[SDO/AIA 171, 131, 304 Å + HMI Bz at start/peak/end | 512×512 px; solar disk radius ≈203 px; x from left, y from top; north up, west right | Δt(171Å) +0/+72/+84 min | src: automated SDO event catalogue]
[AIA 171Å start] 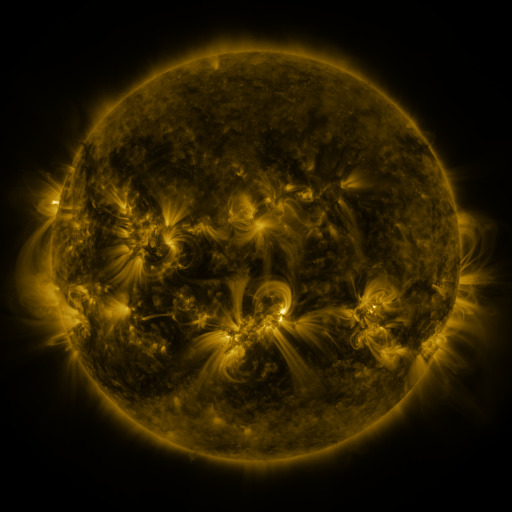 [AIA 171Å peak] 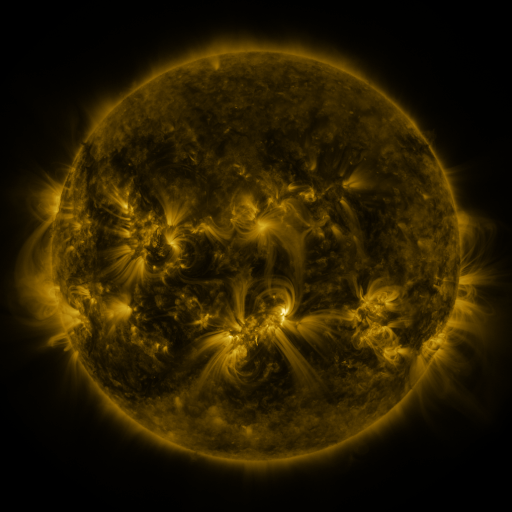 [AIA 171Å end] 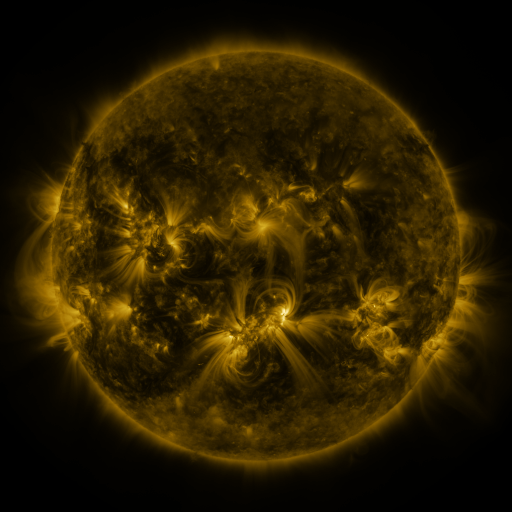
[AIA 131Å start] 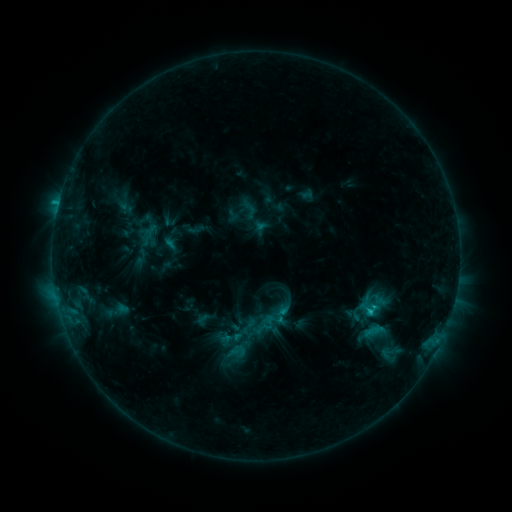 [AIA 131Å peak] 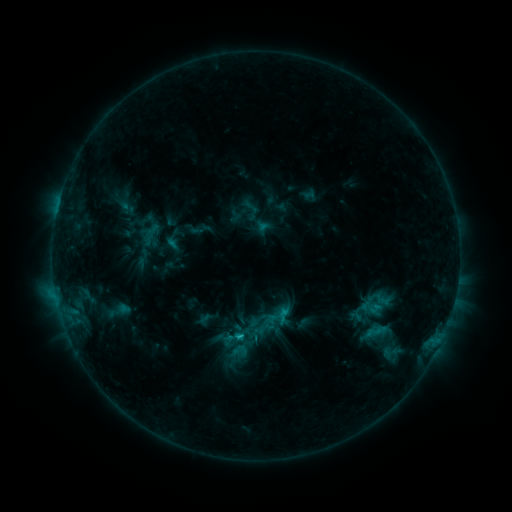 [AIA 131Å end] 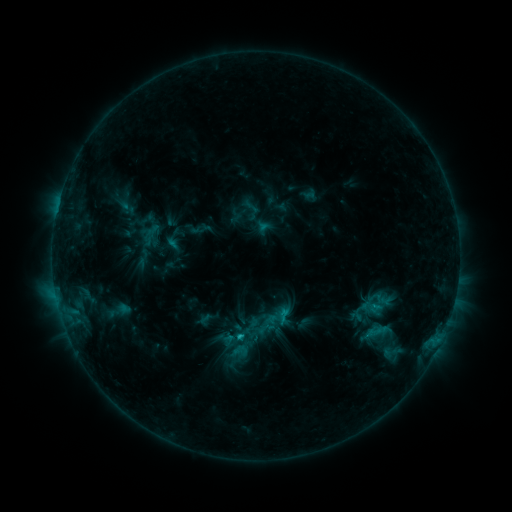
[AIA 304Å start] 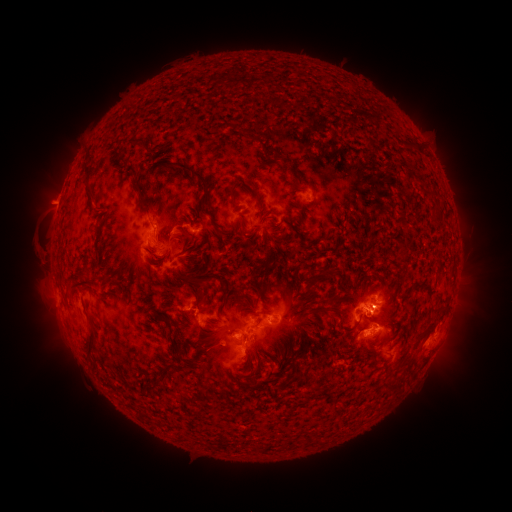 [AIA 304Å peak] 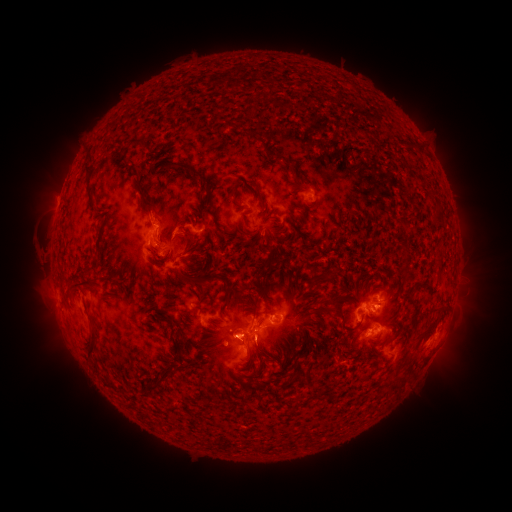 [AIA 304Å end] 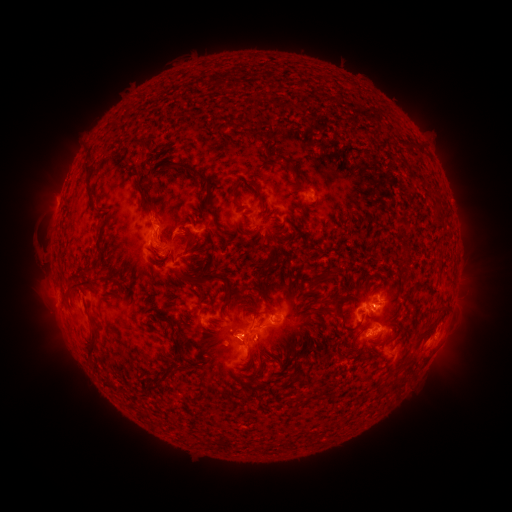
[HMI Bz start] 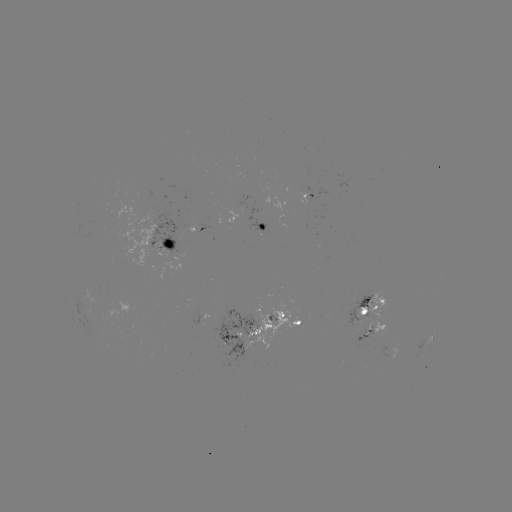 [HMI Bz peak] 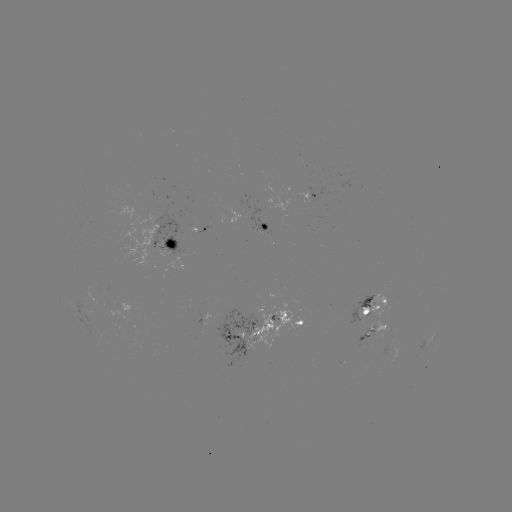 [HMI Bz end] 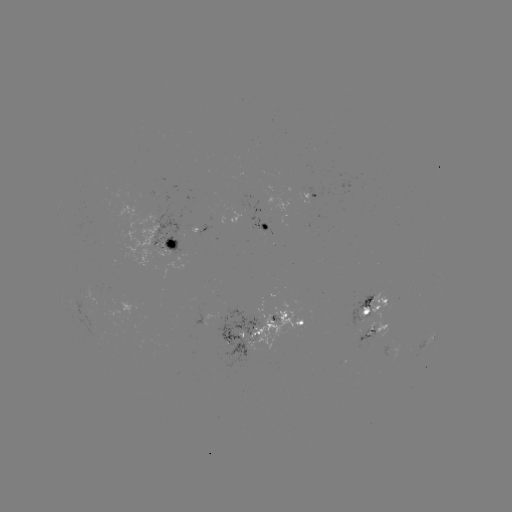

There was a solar emerging-flux region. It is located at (241, 337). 